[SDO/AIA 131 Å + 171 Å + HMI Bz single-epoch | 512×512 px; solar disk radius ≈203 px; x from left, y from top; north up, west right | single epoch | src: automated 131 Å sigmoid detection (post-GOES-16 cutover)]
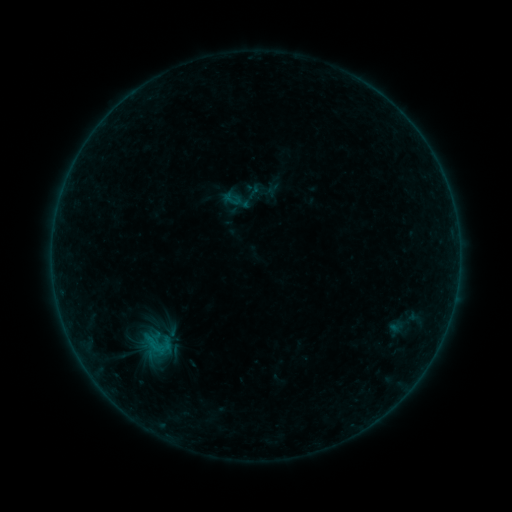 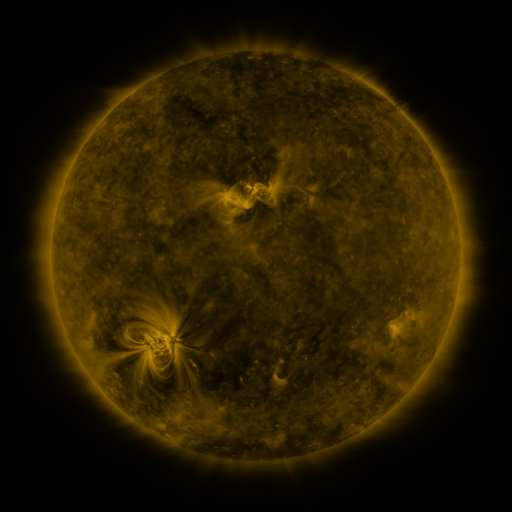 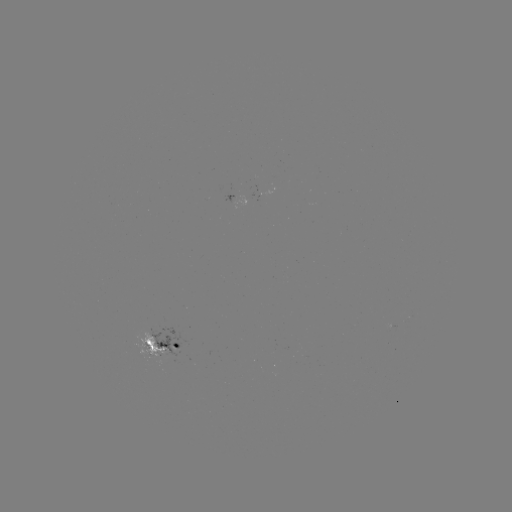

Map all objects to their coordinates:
sigmoid: (245, 182, 263, 201)
sigmoid: (127, 323, 184, 366)
